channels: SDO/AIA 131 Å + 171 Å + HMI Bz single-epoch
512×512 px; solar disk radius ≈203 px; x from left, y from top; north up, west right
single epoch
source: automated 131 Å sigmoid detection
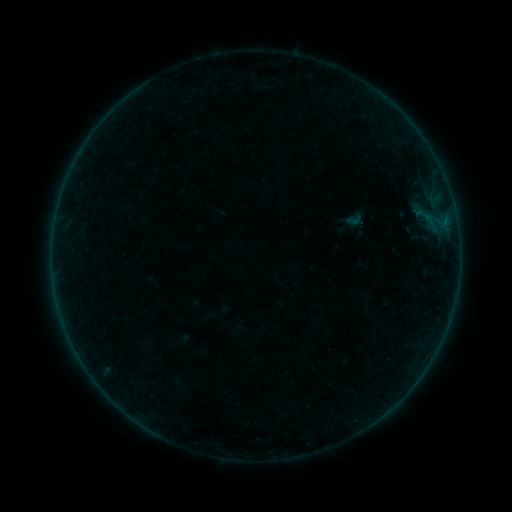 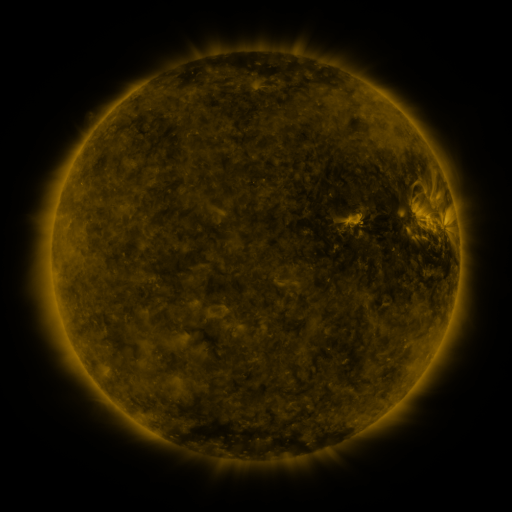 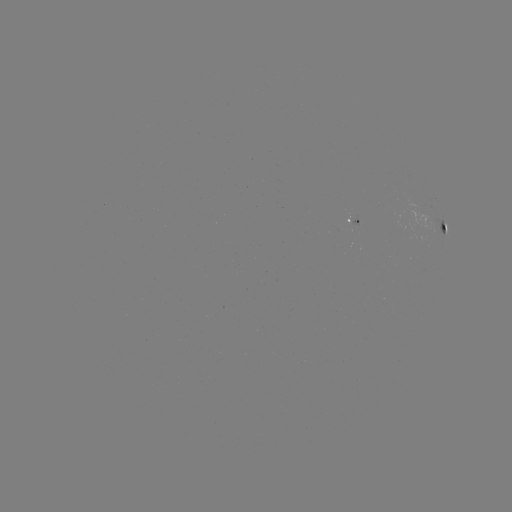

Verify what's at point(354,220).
sigmoid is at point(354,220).